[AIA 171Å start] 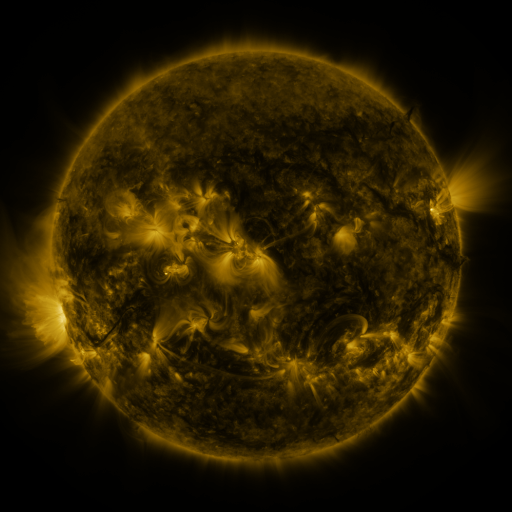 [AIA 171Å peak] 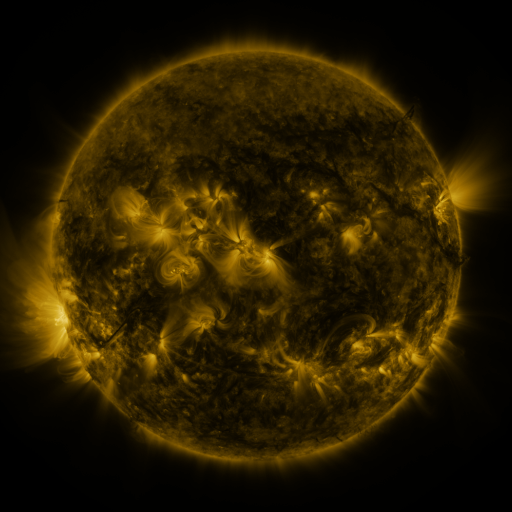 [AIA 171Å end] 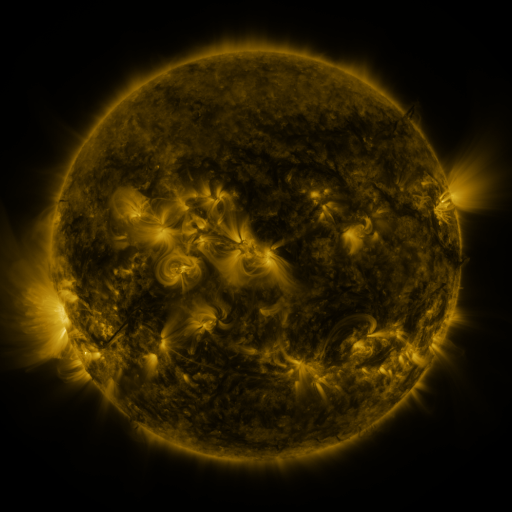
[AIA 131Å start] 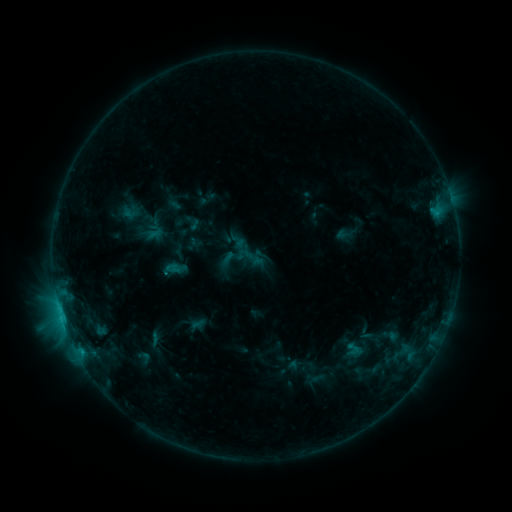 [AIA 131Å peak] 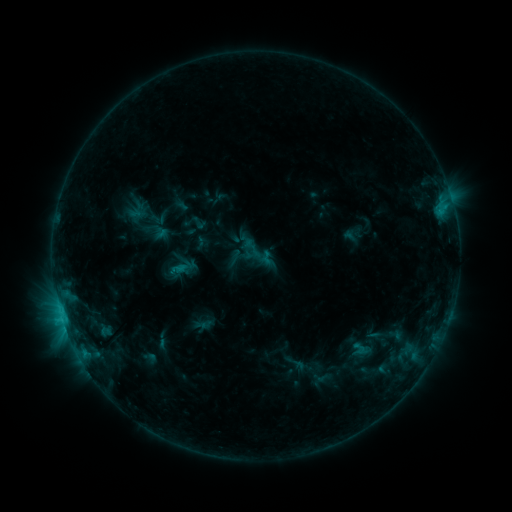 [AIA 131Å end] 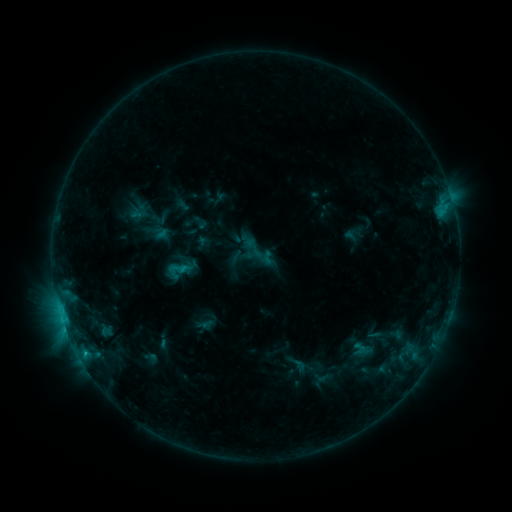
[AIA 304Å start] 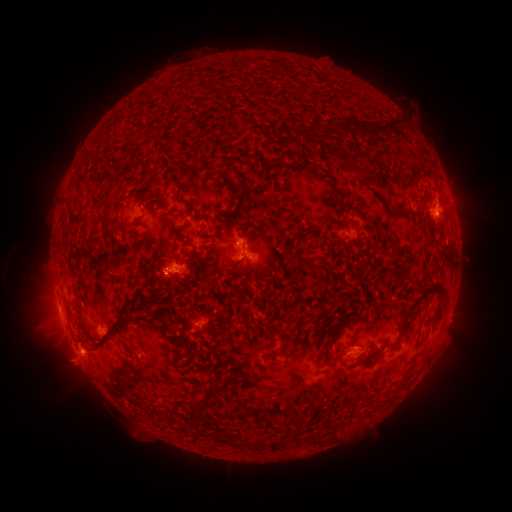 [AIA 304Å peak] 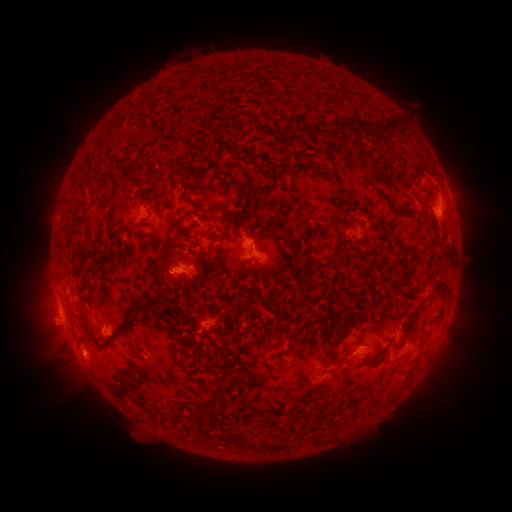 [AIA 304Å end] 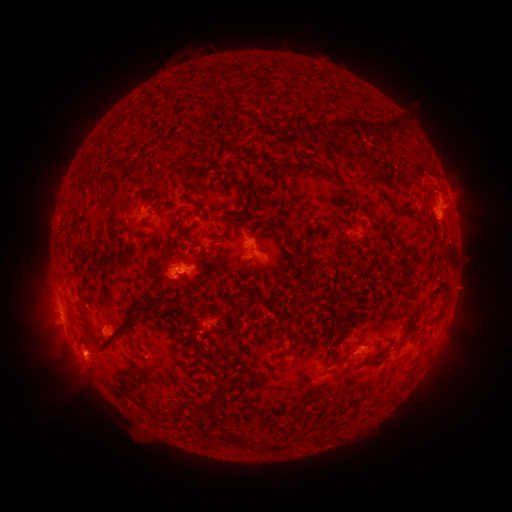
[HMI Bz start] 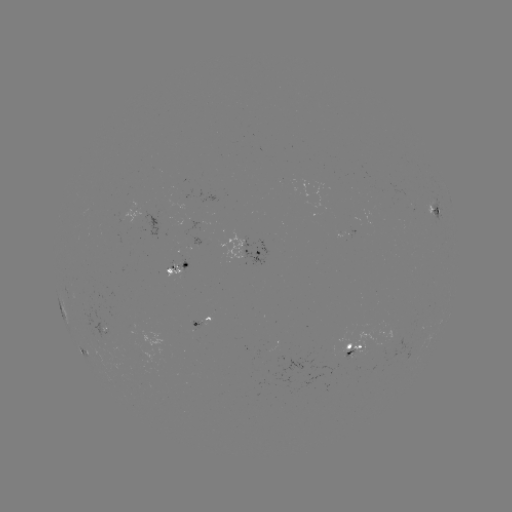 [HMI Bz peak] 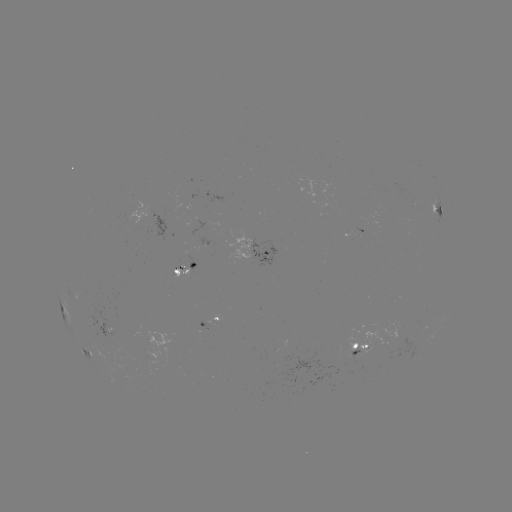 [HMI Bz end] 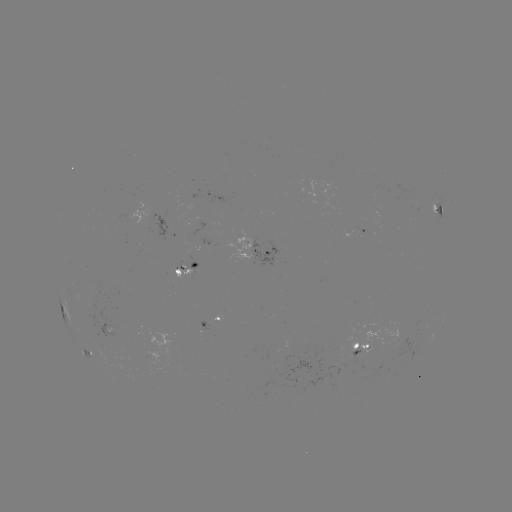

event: emerging-flux region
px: (107, 331)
